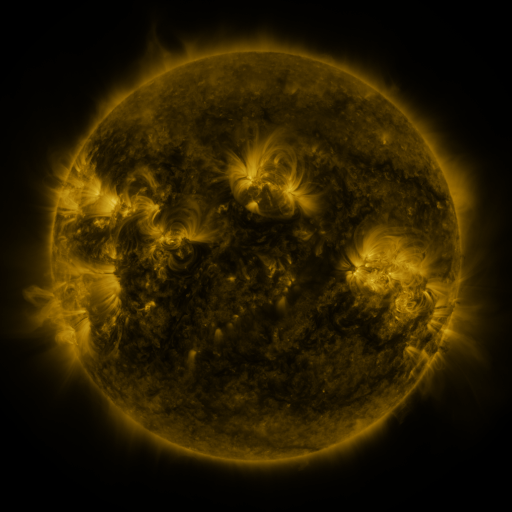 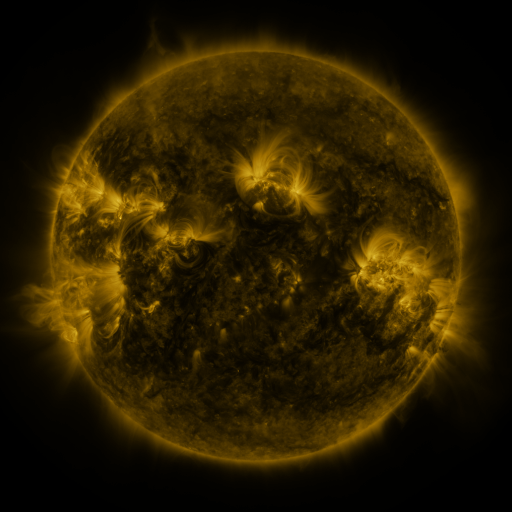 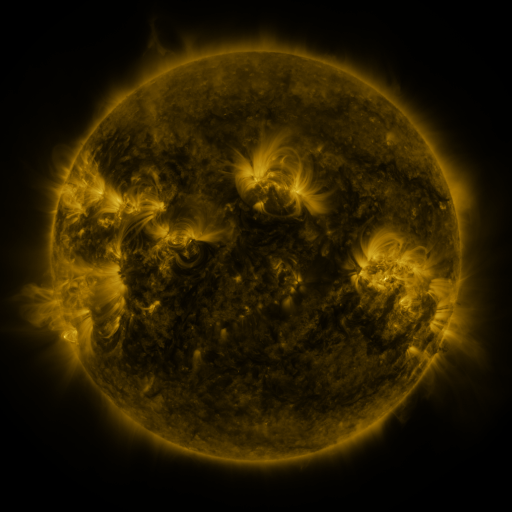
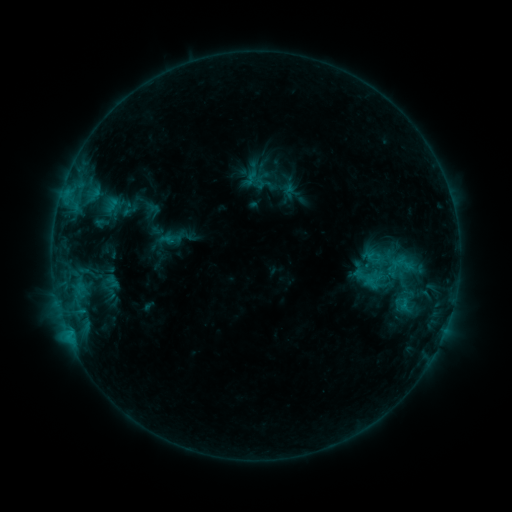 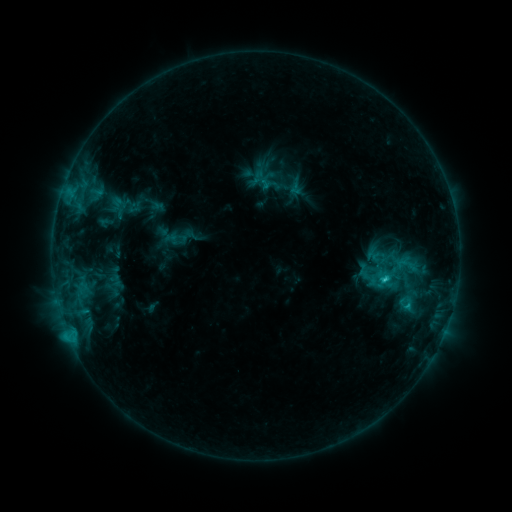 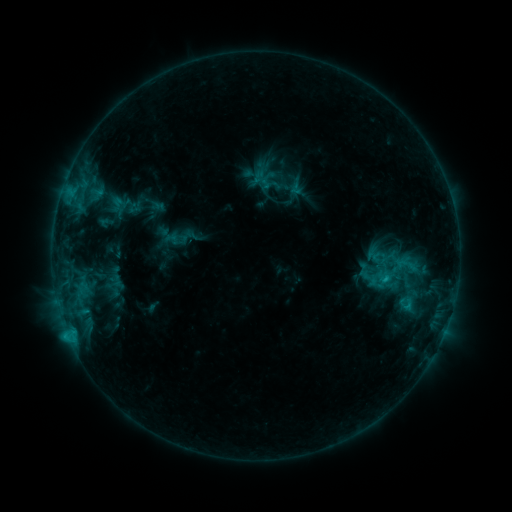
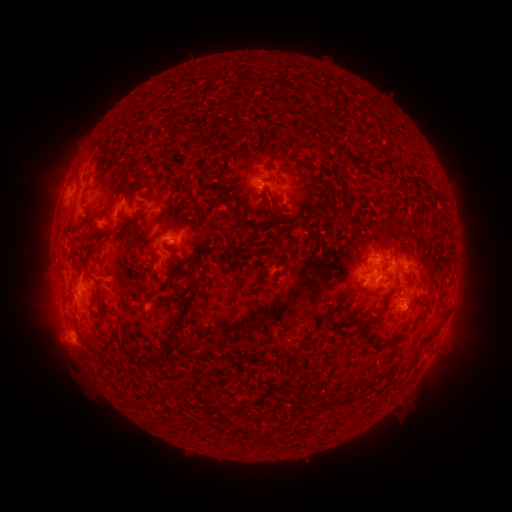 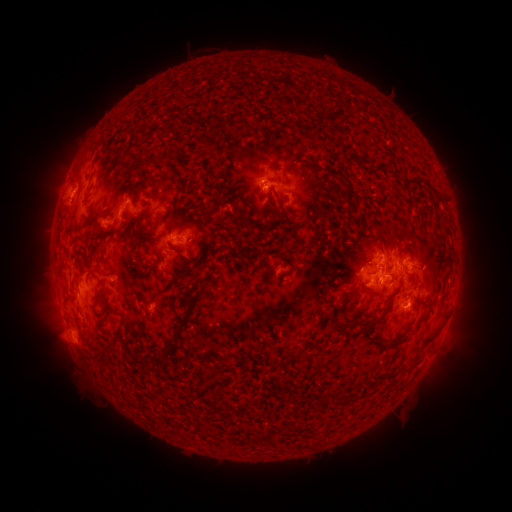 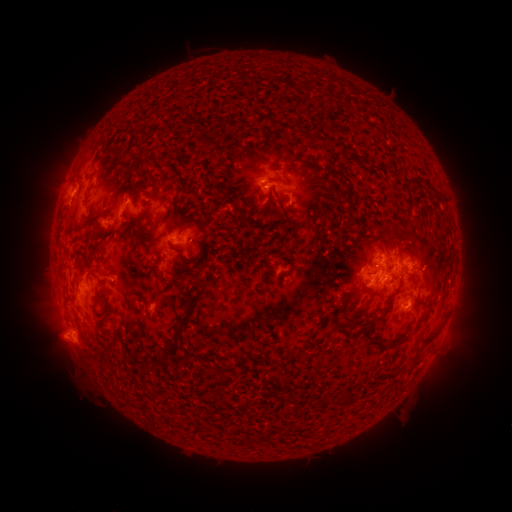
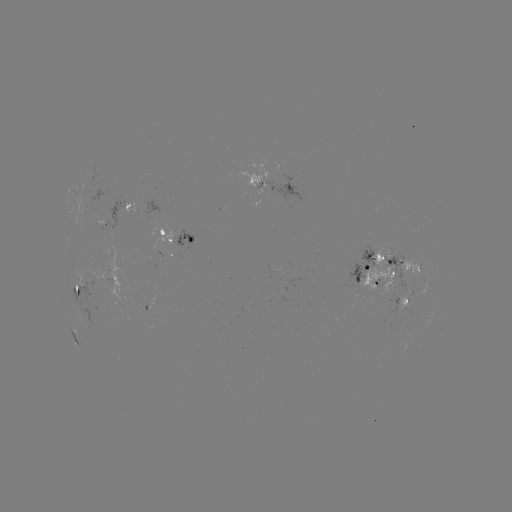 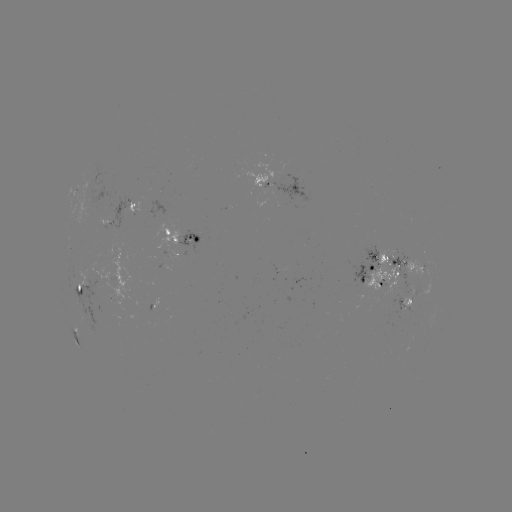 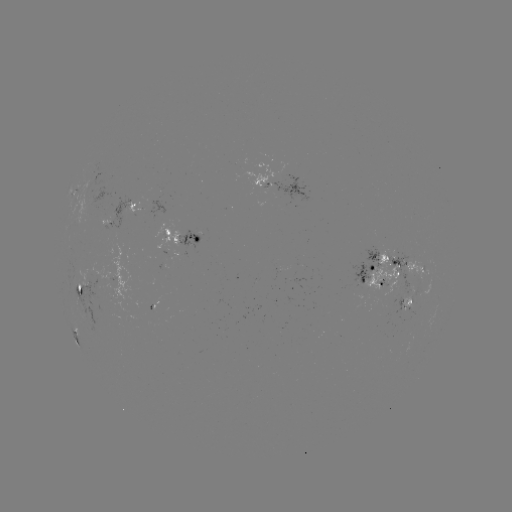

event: emerging-flux region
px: (409, 305)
